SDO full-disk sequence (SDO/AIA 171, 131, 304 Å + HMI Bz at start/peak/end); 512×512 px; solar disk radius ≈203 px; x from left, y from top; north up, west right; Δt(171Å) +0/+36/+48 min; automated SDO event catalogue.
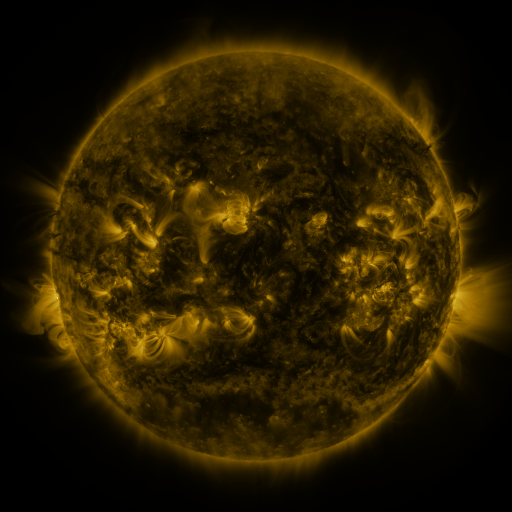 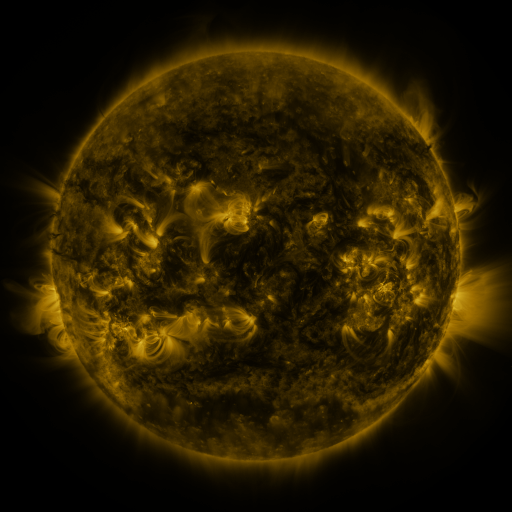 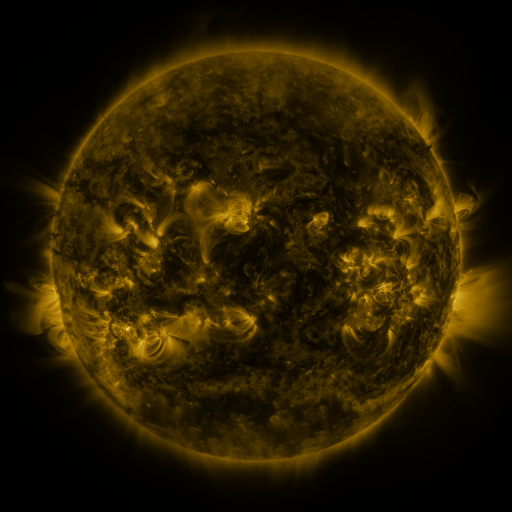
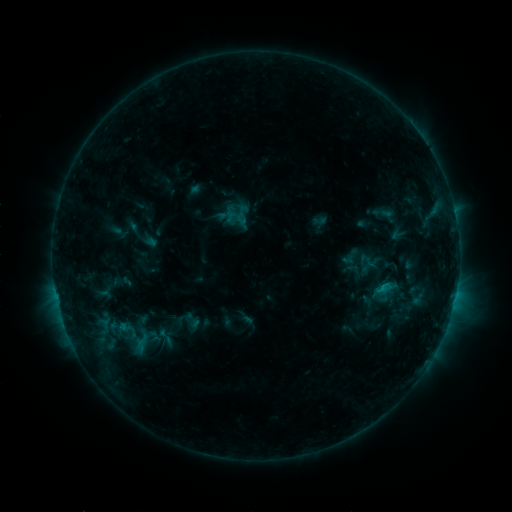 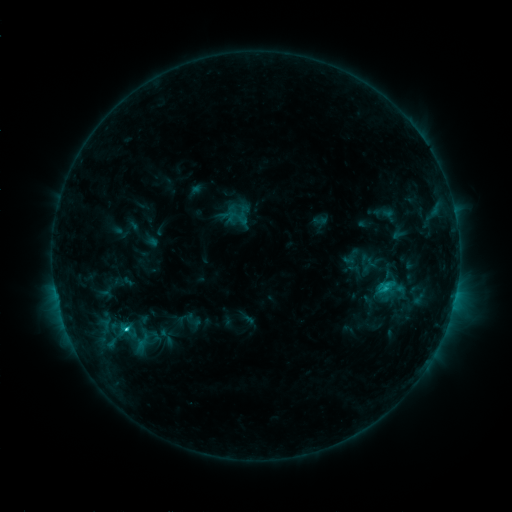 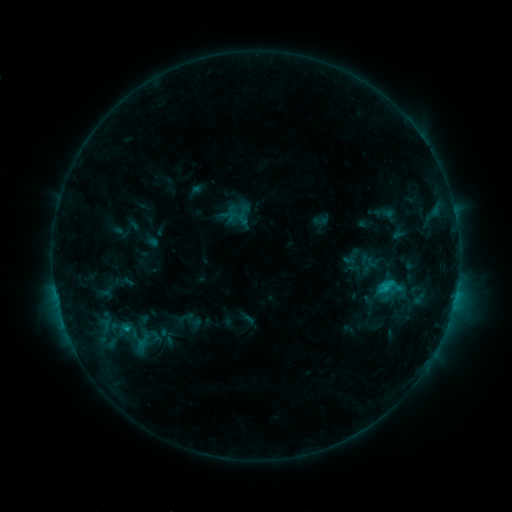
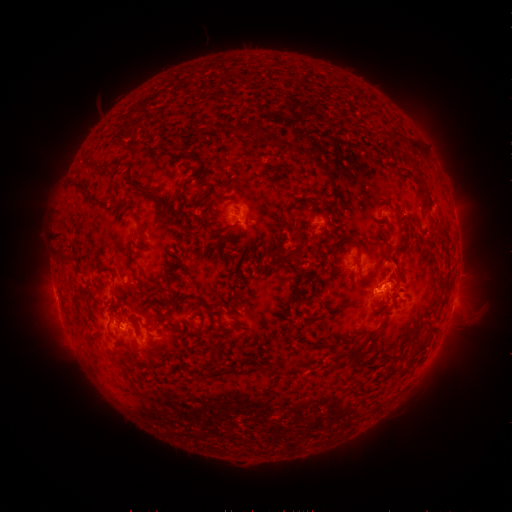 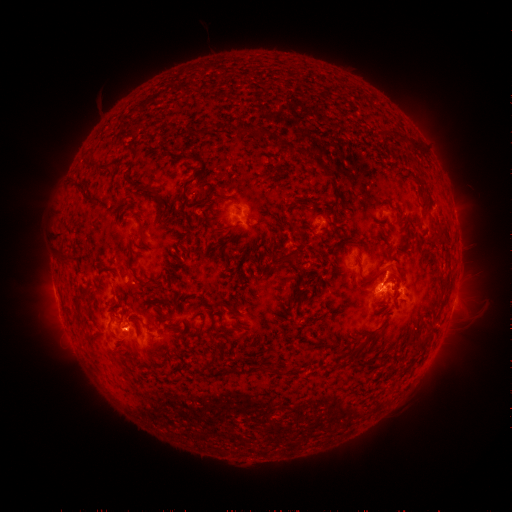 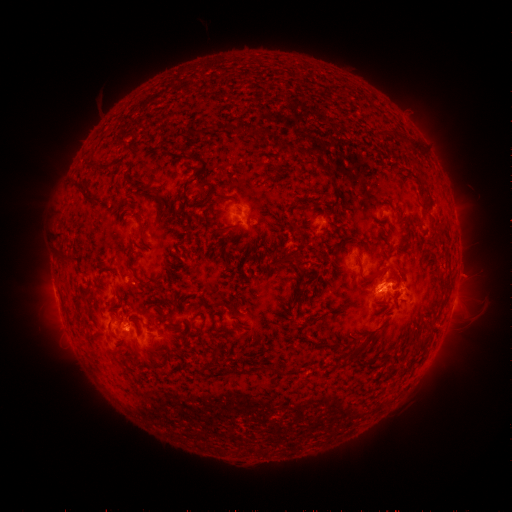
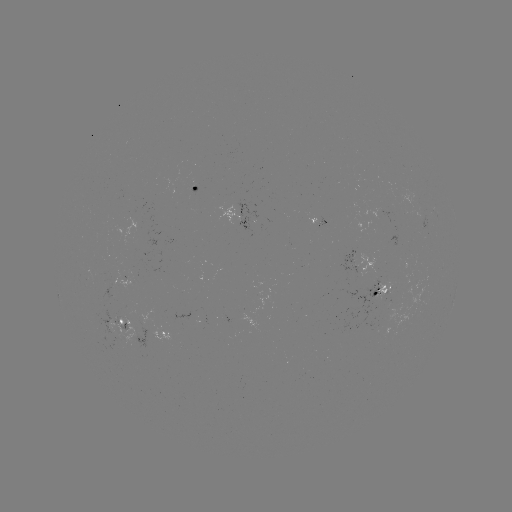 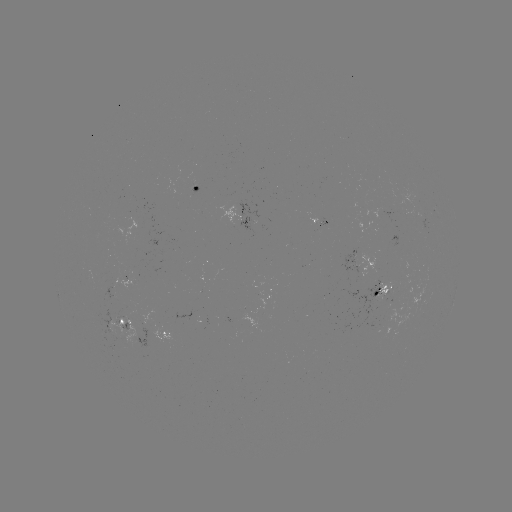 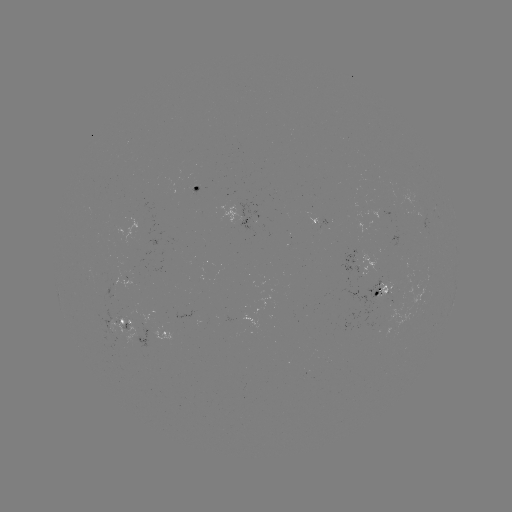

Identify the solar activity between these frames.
C2.1 flare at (127, 326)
